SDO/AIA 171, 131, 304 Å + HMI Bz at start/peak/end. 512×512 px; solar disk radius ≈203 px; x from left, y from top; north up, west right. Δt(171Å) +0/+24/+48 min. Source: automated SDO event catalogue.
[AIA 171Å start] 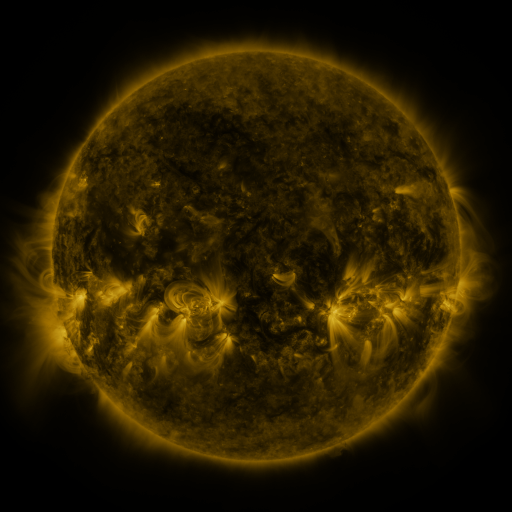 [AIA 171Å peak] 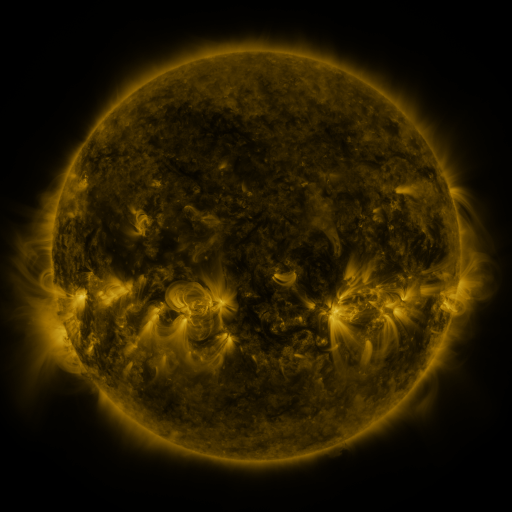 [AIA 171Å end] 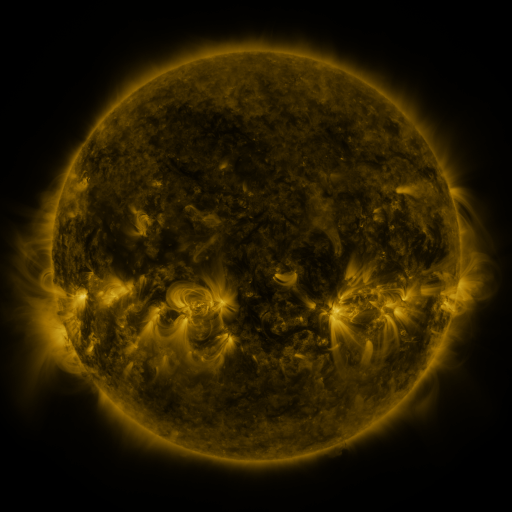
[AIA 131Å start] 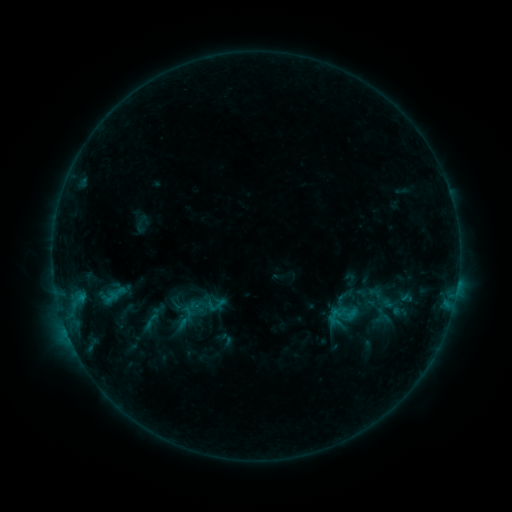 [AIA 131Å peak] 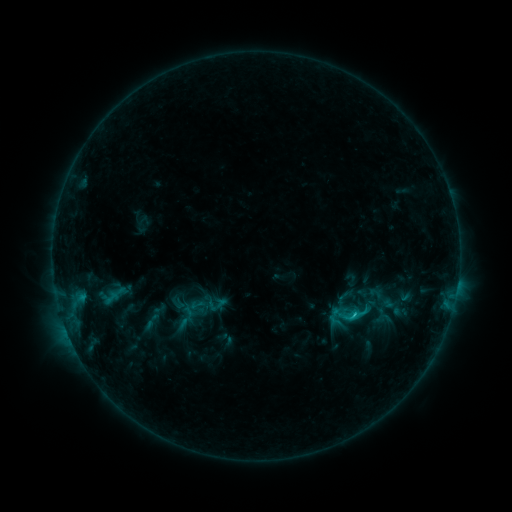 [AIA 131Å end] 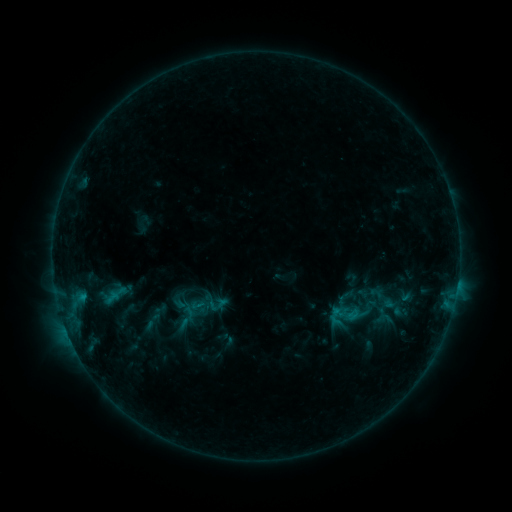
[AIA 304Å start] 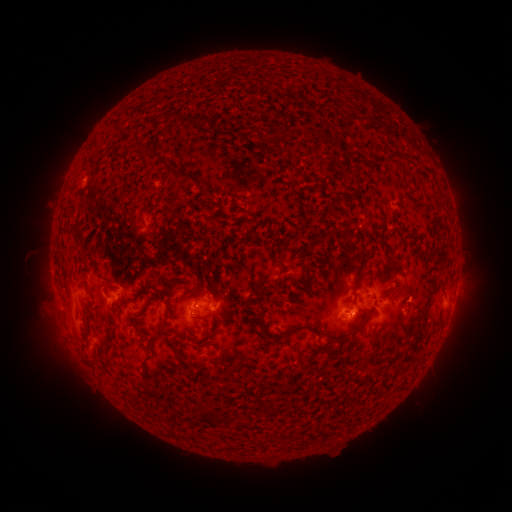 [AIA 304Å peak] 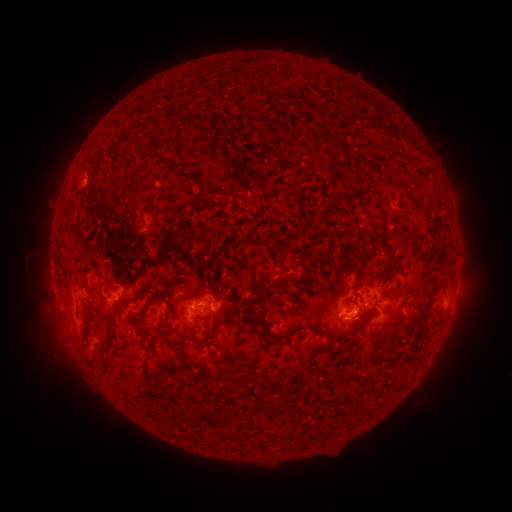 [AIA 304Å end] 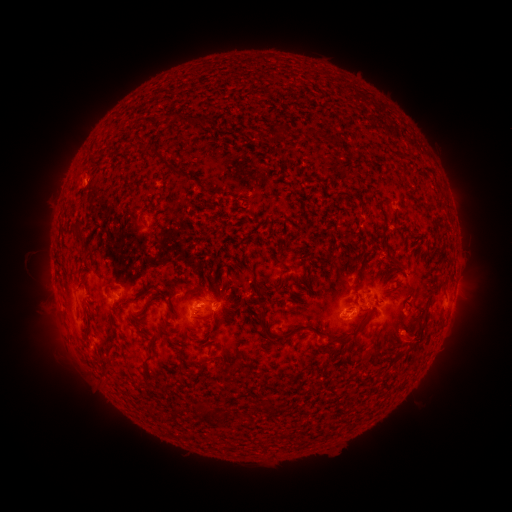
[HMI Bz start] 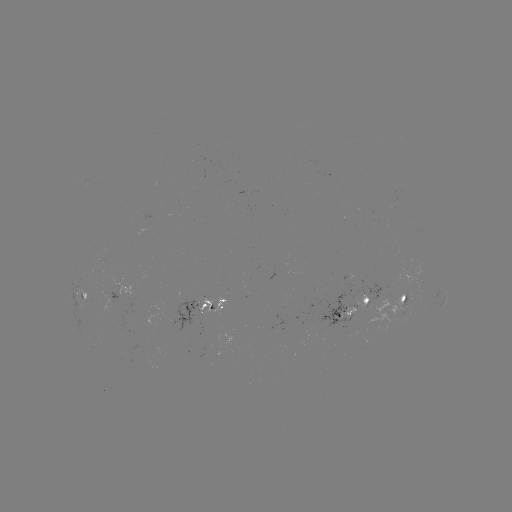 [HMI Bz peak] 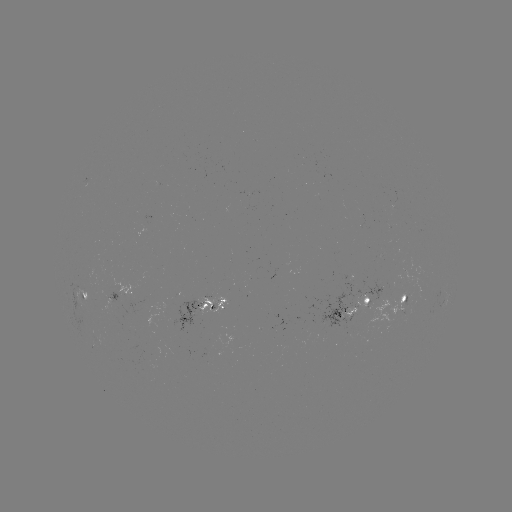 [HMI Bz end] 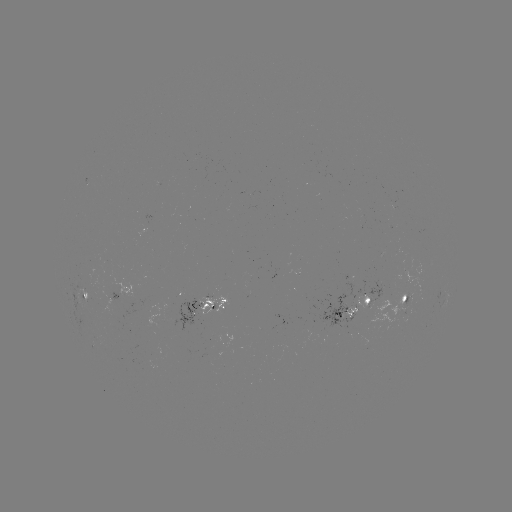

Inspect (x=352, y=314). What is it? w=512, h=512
C1.2 flare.